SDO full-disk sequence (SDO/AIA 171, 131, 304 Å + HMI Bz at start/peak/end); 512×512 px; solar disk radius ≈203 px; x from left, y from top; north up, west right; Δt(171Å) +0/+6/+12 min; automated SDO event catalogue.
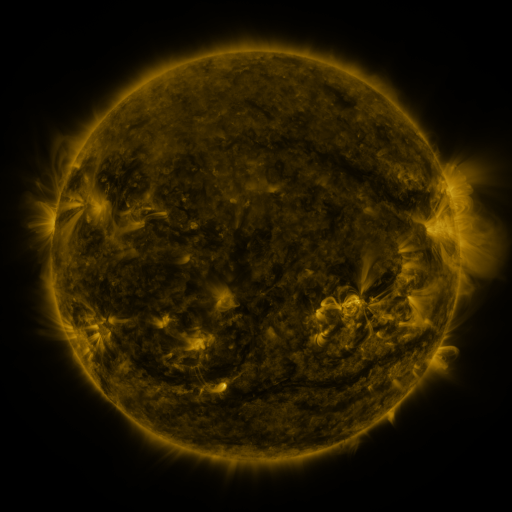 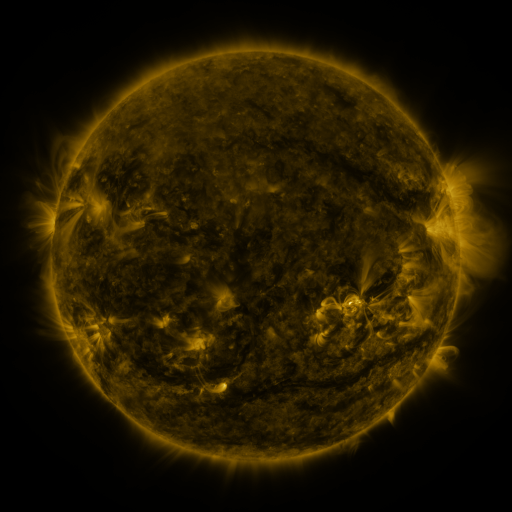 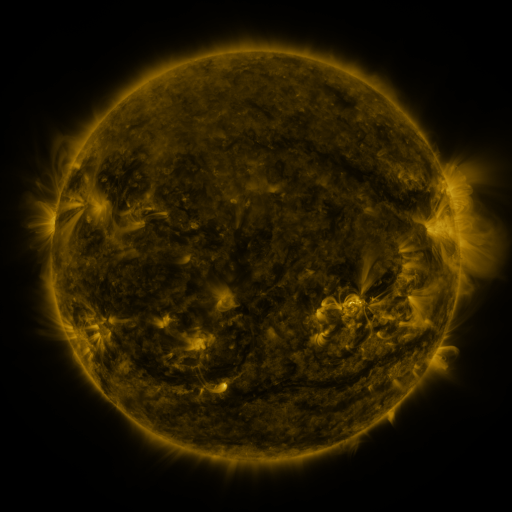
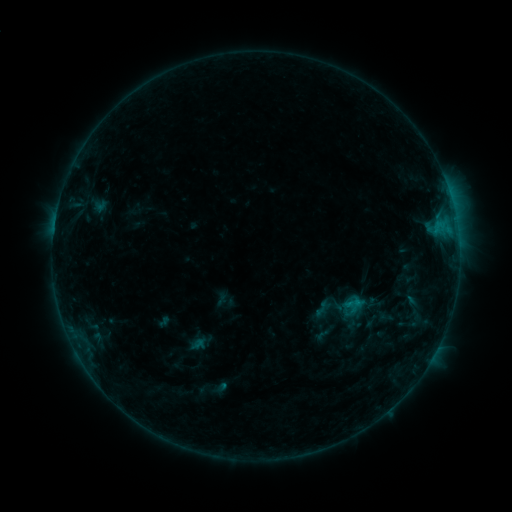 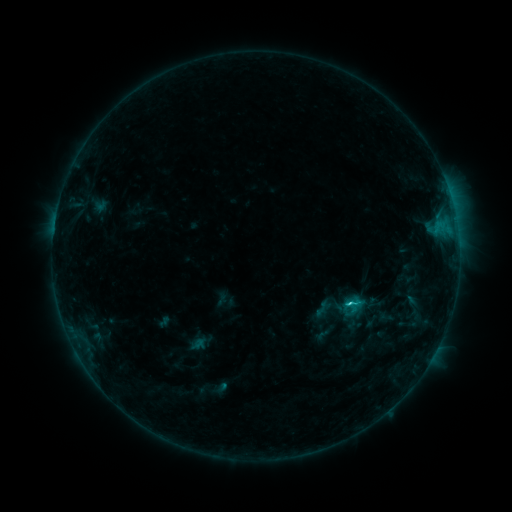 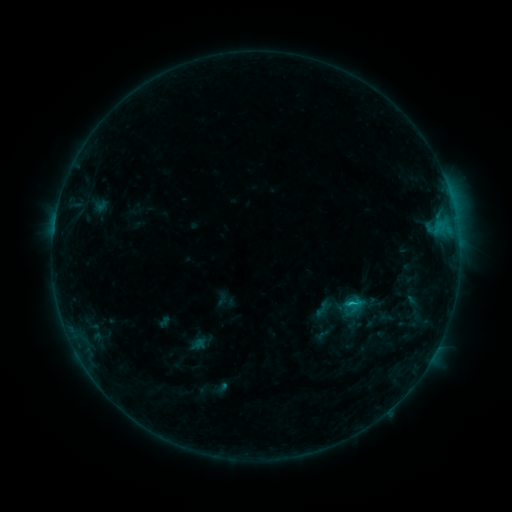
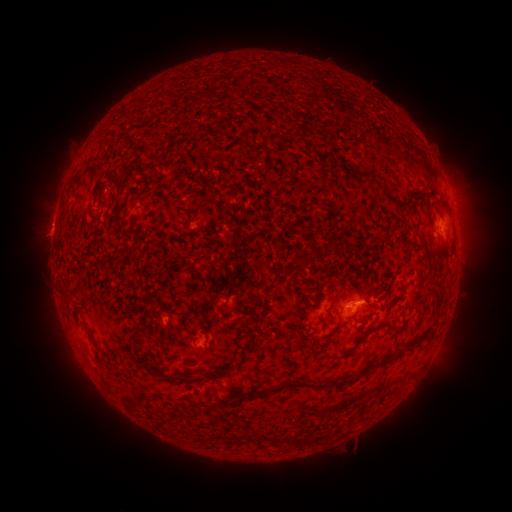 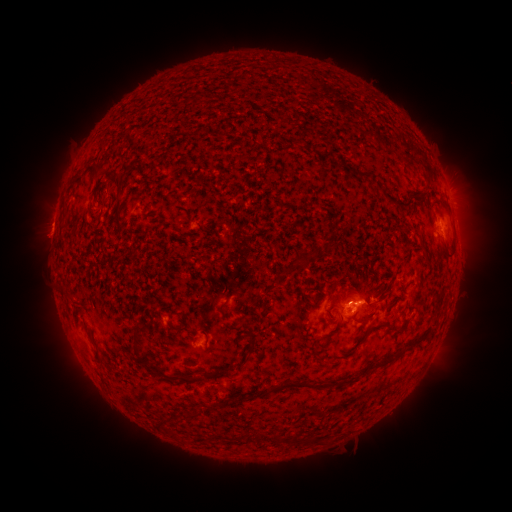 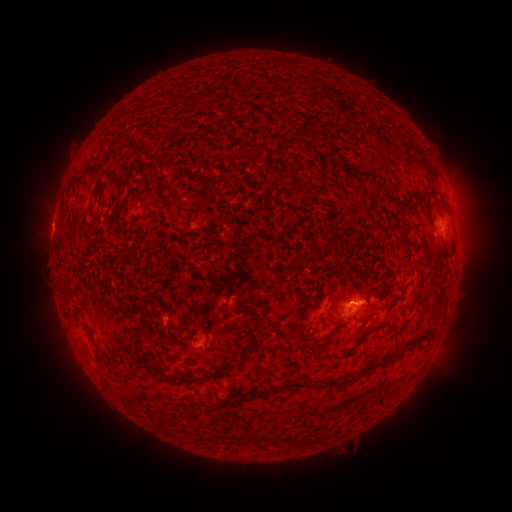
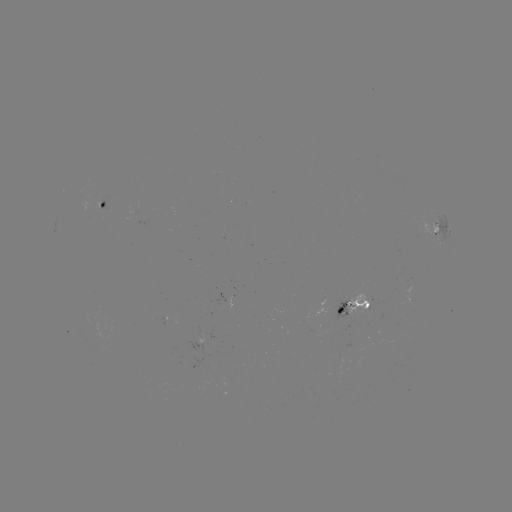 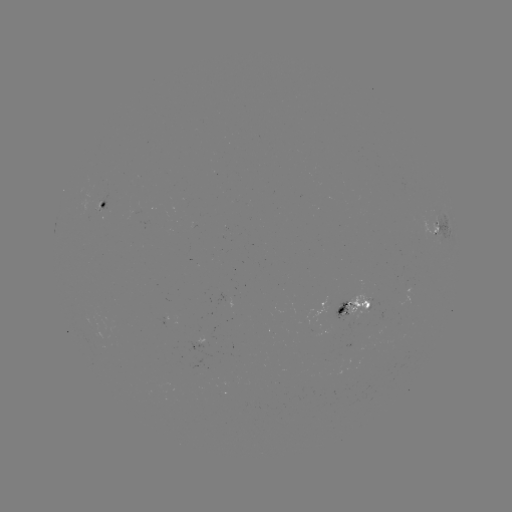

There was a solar flare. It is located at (346, 302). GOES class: C1.3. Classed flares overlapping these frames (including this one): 1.